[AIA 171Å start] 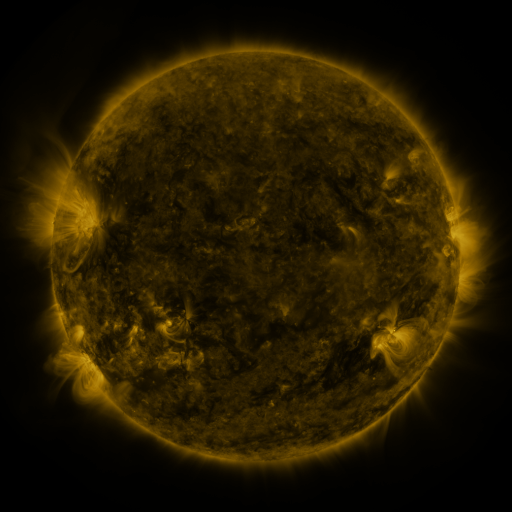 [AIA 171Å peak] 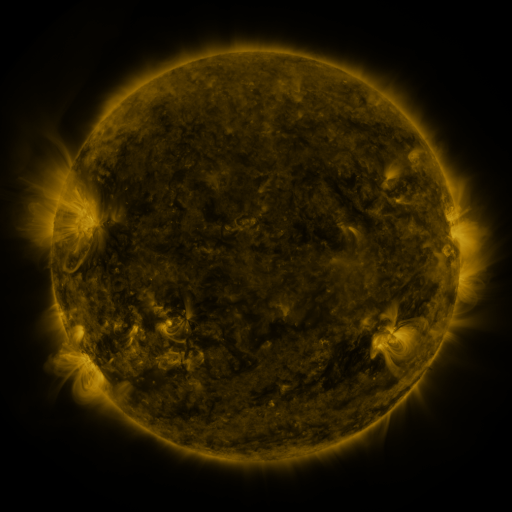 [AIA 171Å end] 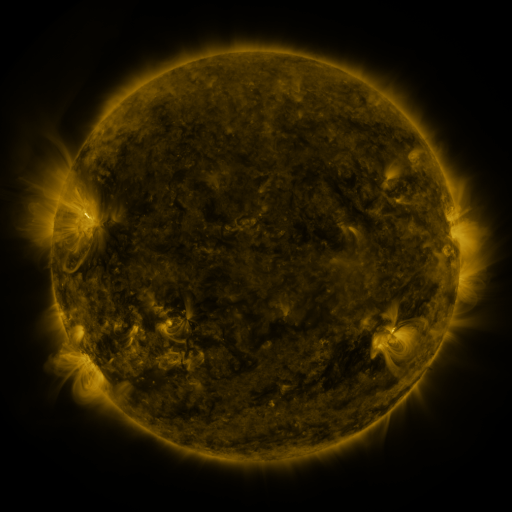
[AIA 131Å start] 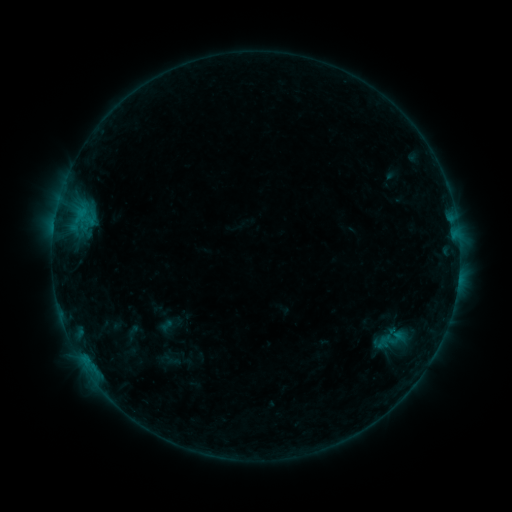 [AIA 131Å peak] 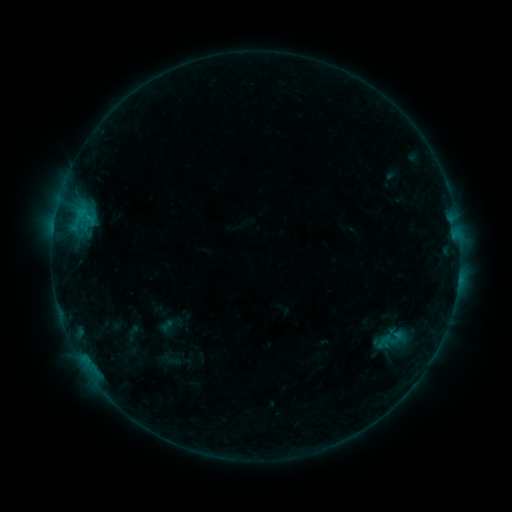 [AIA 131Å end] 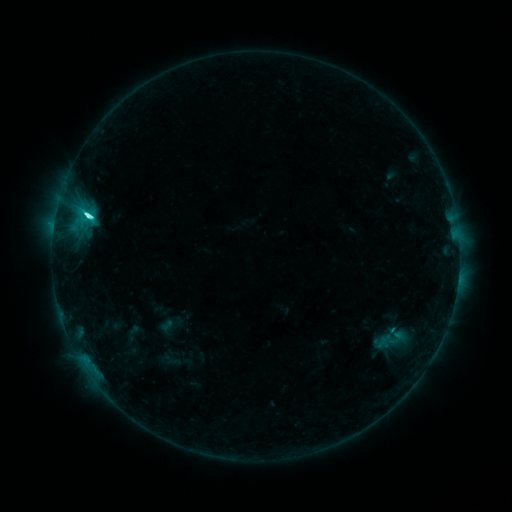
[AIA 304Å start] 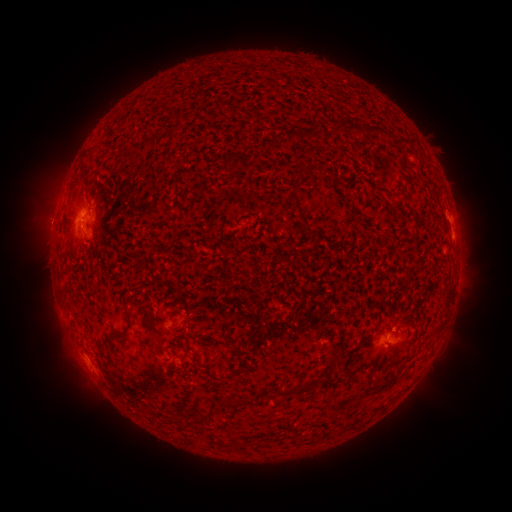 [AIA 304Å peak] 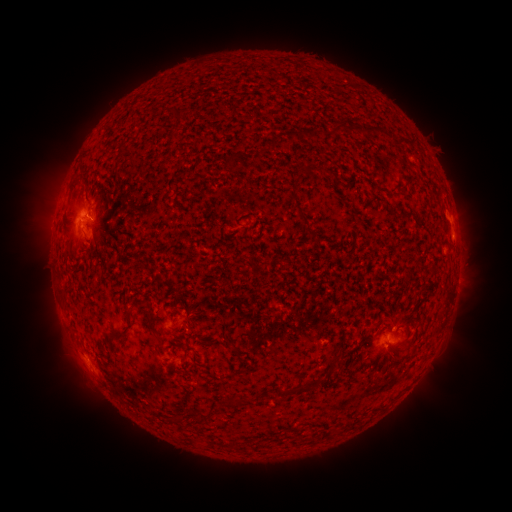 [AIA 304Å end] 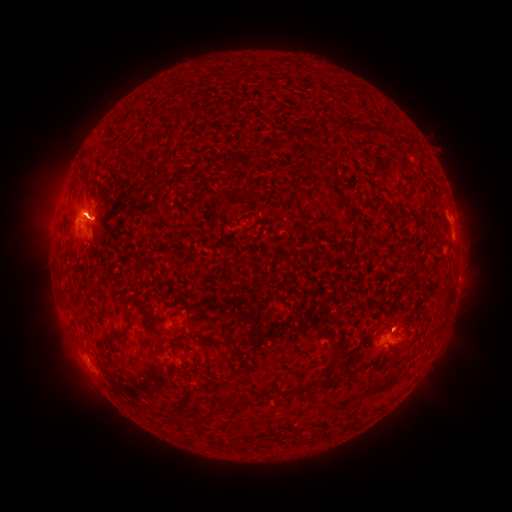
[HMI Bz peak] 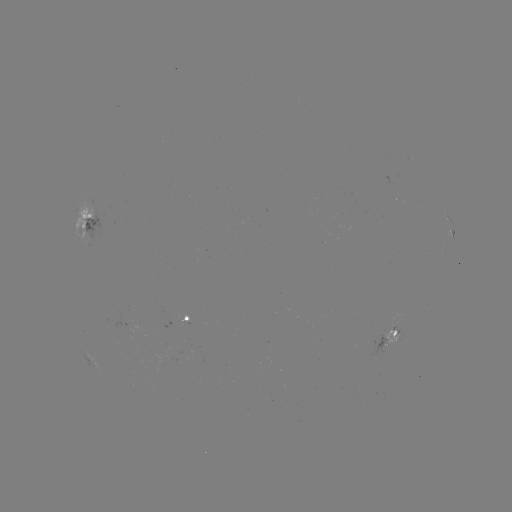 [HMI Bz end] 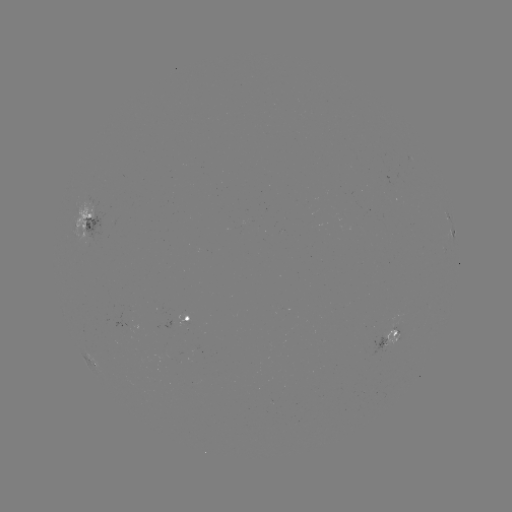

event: eruption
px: (103, 221)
